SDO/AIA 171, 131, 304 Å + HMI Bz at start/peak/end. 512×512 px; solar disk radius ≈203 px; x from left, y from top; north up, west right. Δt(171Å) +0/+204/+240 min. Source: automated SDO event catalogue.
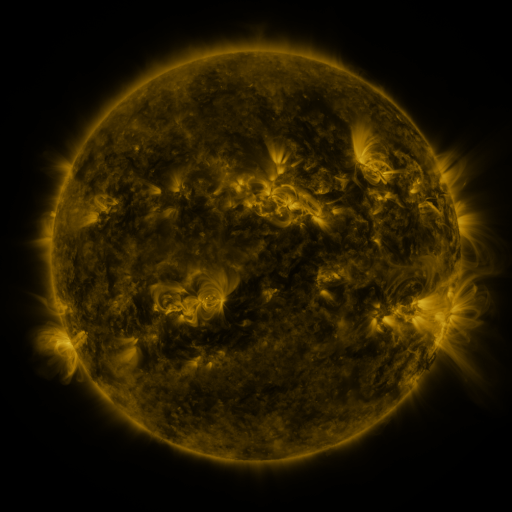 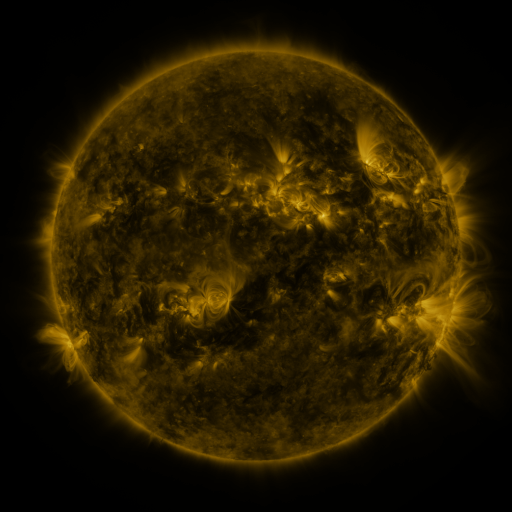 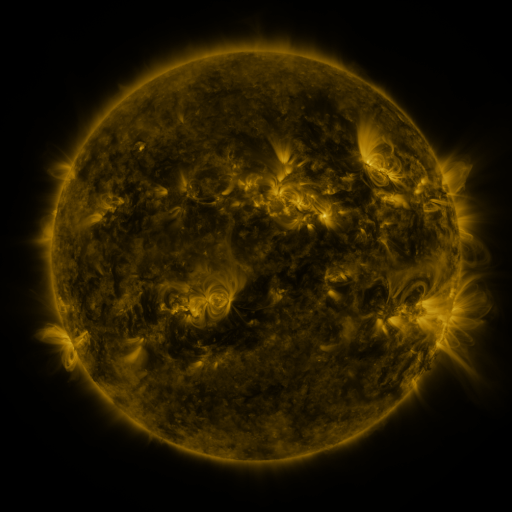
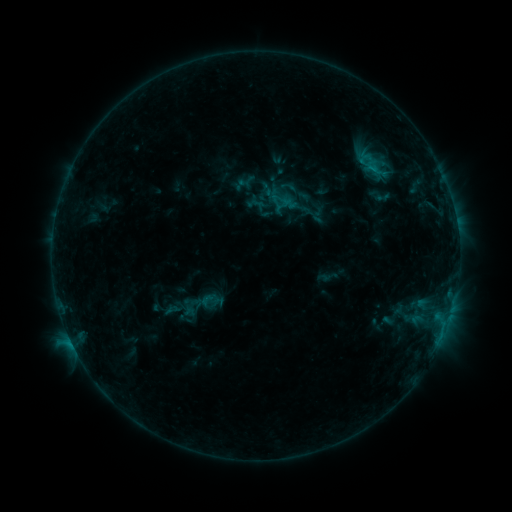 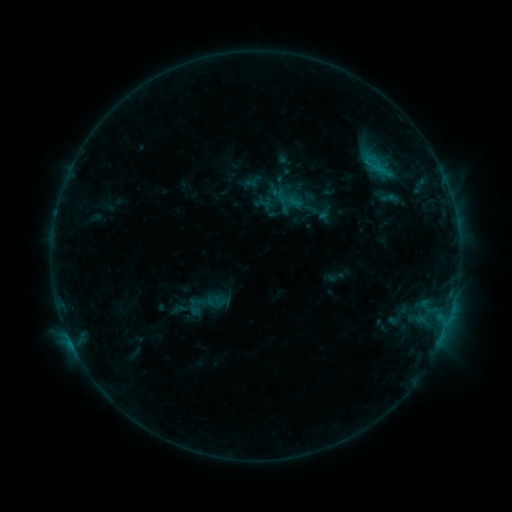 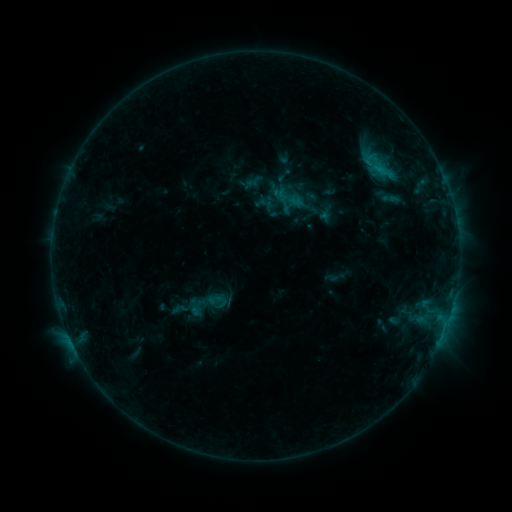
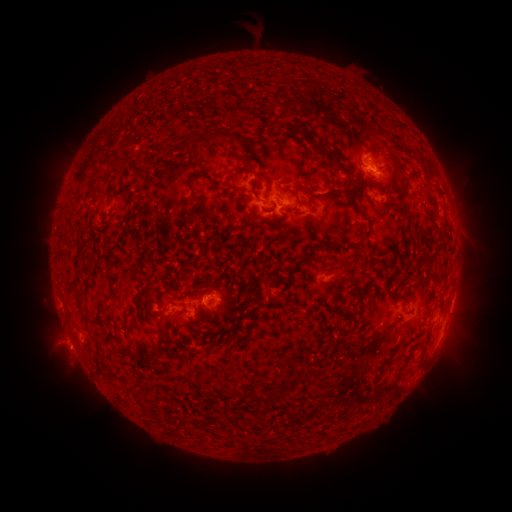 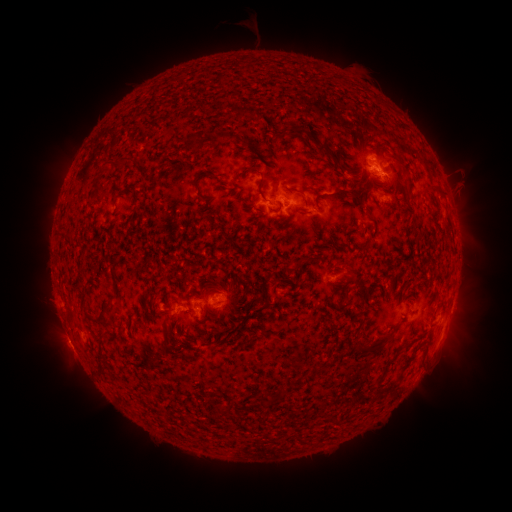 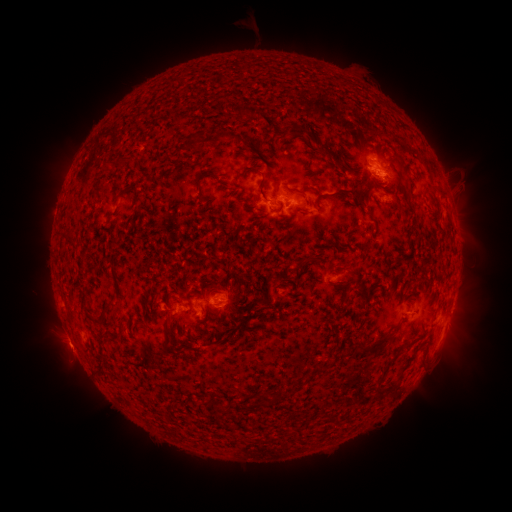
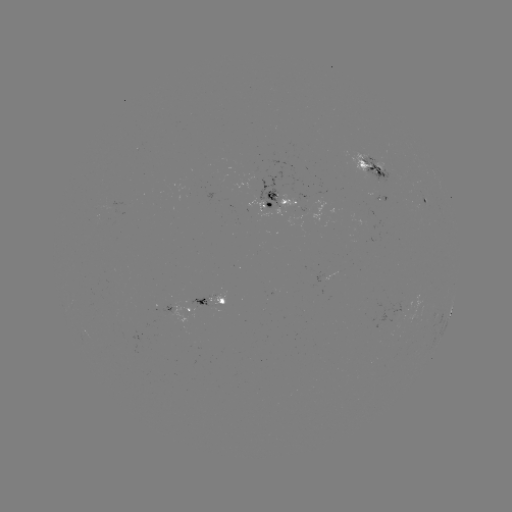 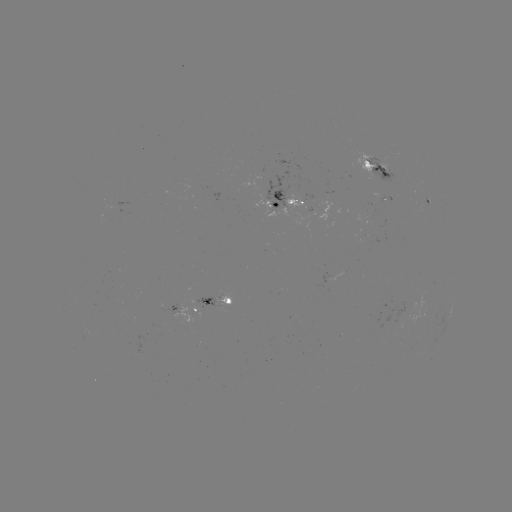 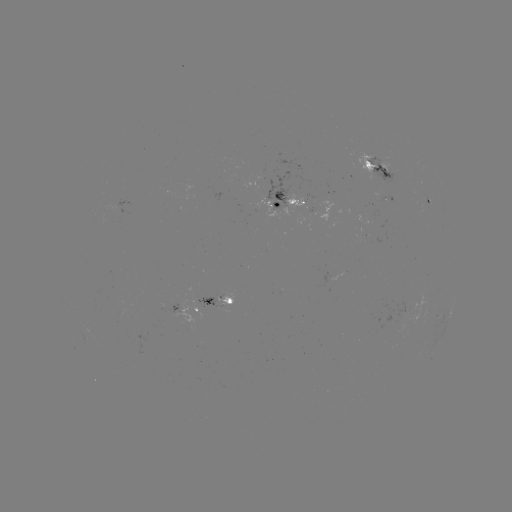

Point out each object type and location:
emerging-flux region: (213, 296)
